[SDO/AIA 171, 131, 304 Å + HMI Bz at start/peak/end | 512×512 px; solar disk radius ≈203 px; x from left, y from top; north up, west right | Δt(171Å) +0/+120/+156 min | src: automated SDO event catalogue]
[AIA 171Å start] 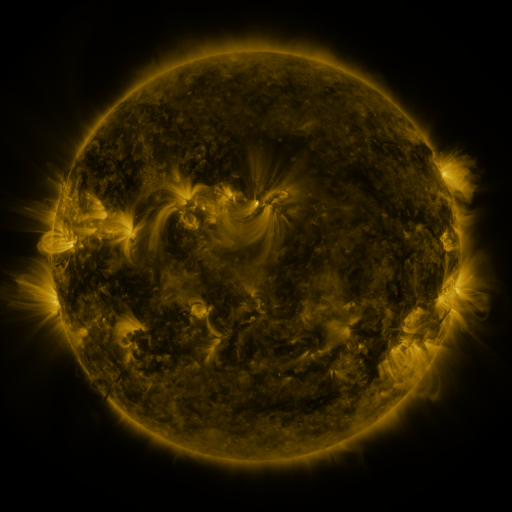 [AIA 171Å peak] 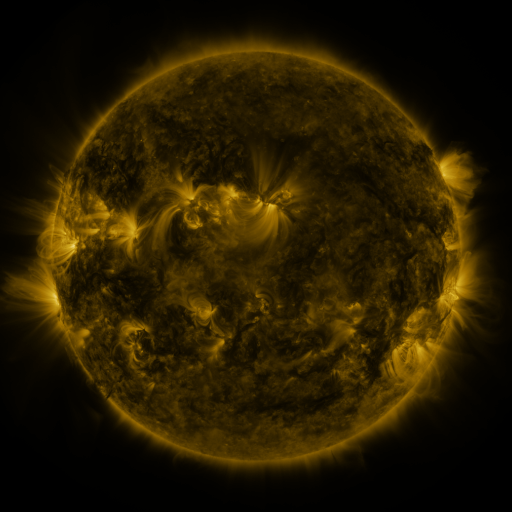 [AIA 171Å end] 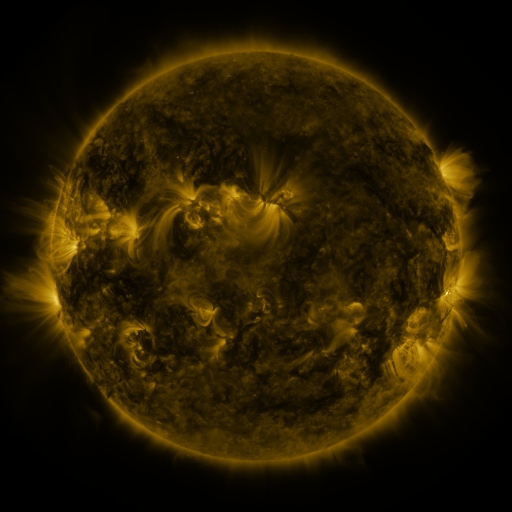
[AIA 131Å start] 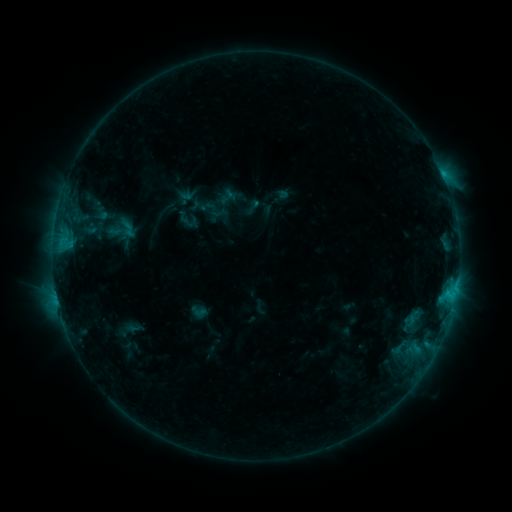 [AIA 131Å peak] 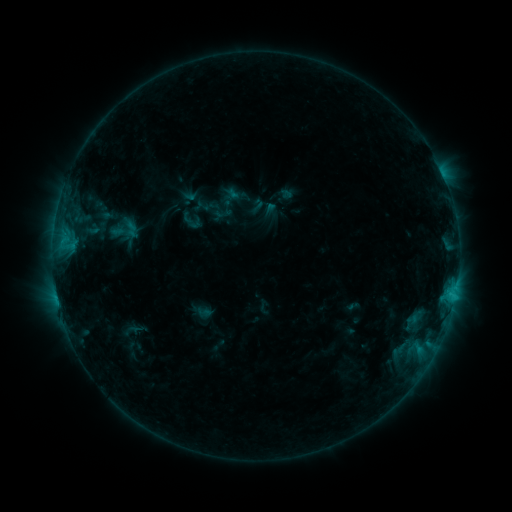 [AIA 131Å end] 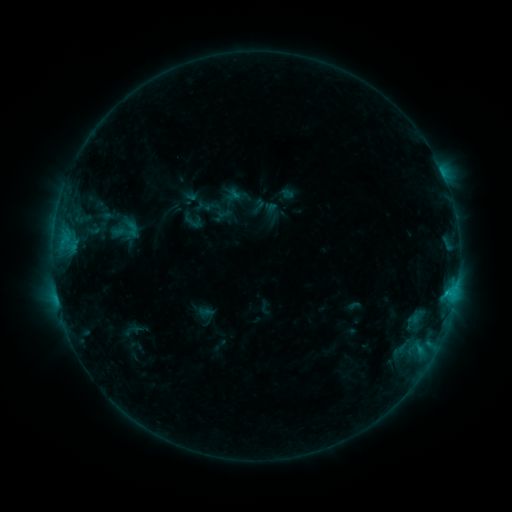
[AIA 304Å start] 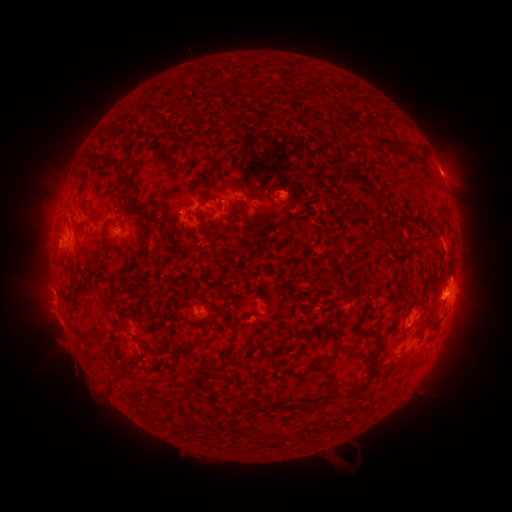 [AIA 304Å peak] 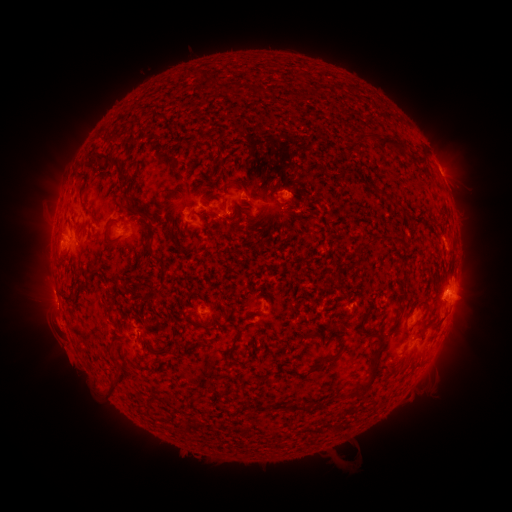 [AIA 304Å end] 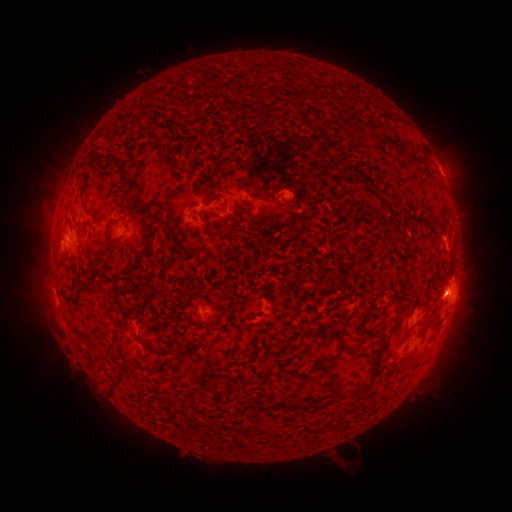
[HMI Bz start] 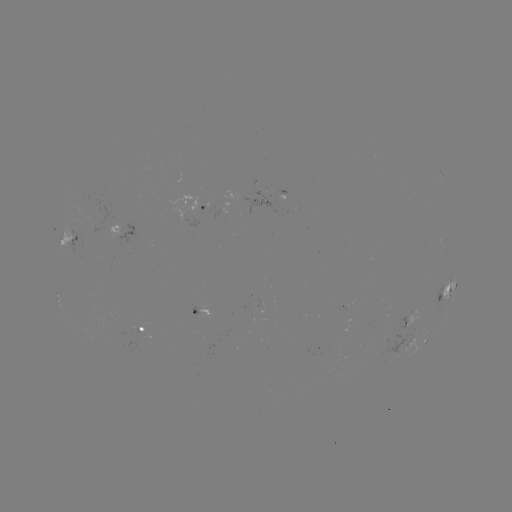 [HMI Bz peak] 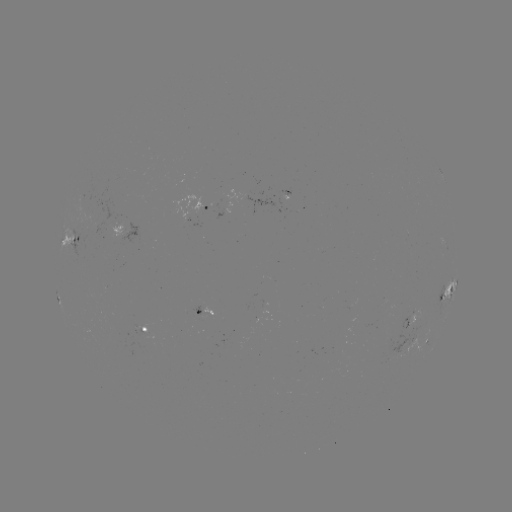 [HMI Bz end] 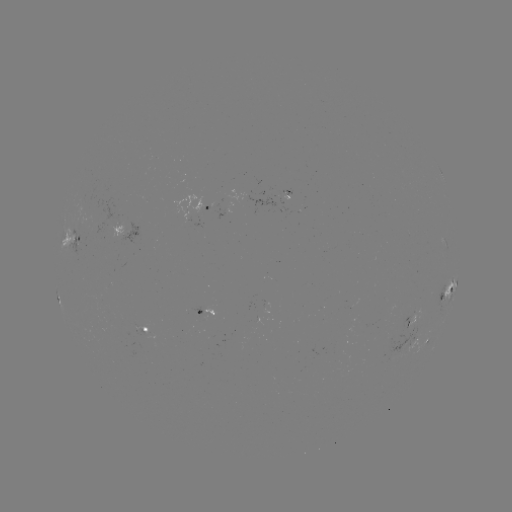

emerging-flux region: [111, 222, 123, 238]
